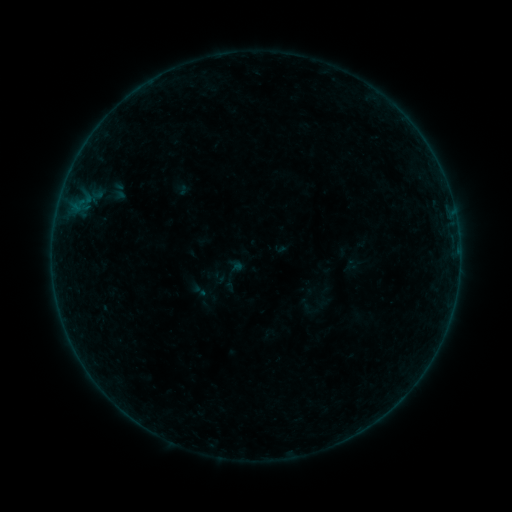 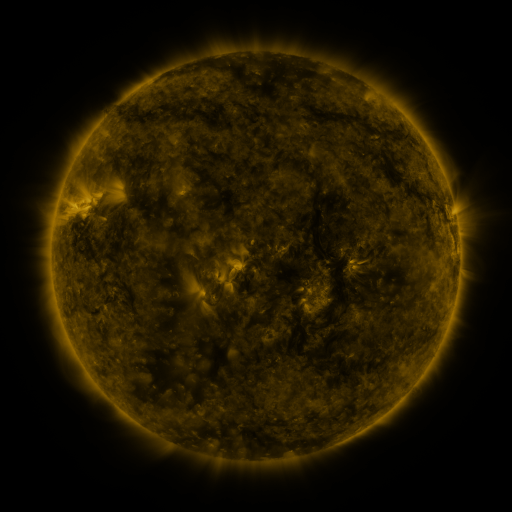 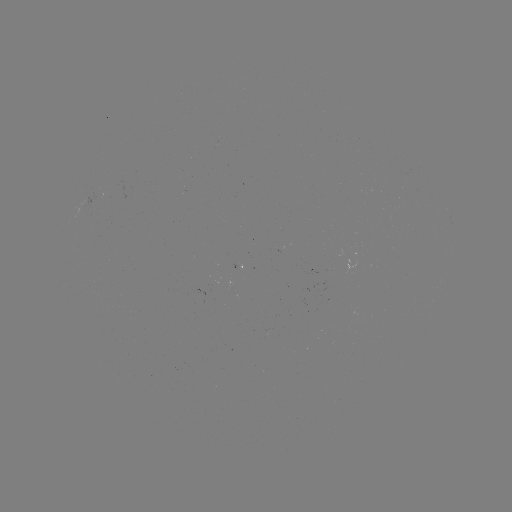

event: sigmoid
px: (199, 290)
